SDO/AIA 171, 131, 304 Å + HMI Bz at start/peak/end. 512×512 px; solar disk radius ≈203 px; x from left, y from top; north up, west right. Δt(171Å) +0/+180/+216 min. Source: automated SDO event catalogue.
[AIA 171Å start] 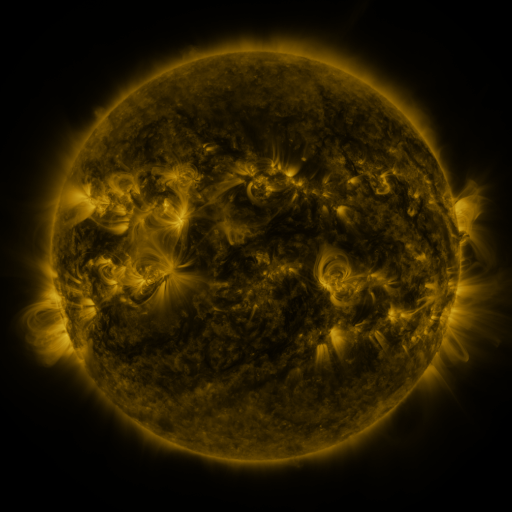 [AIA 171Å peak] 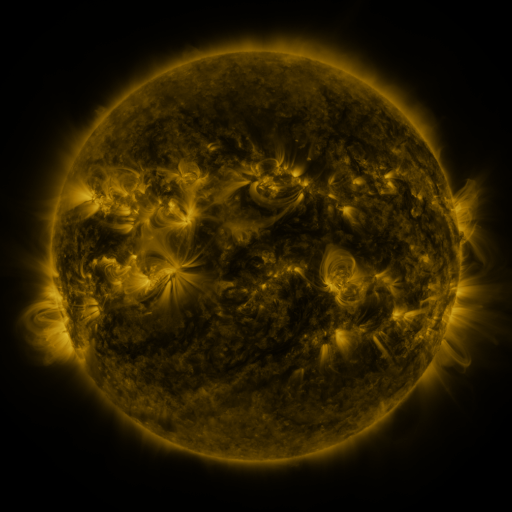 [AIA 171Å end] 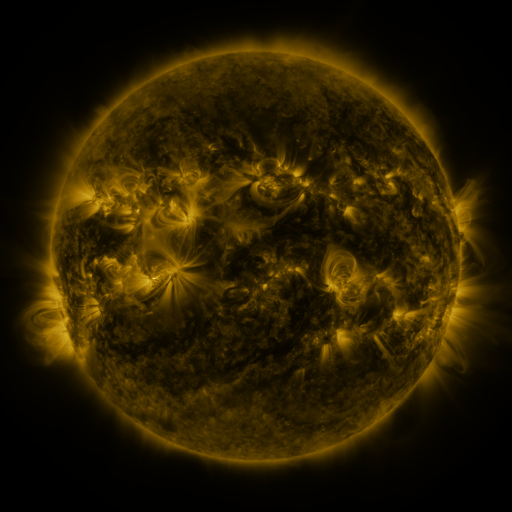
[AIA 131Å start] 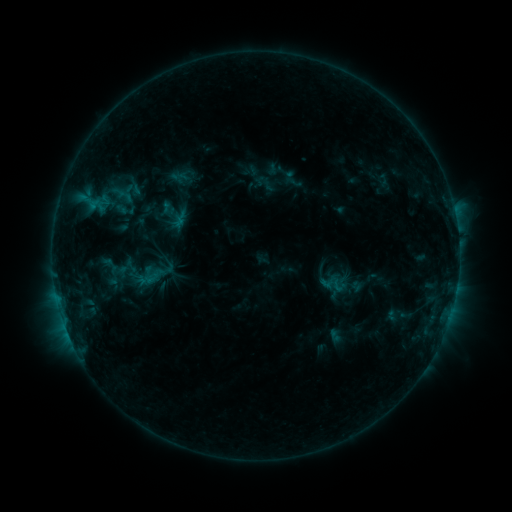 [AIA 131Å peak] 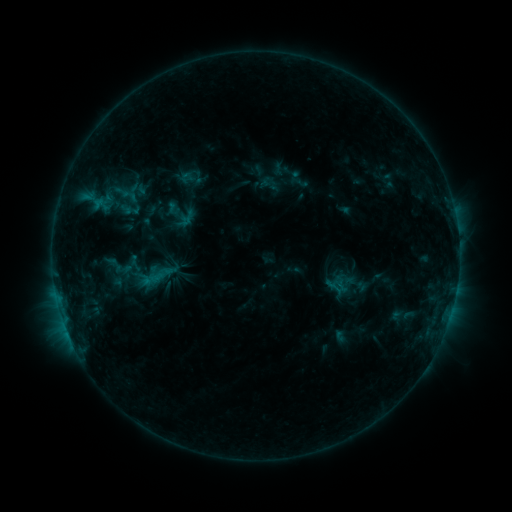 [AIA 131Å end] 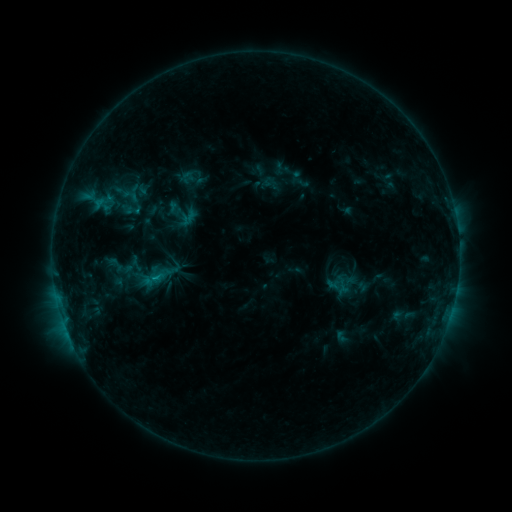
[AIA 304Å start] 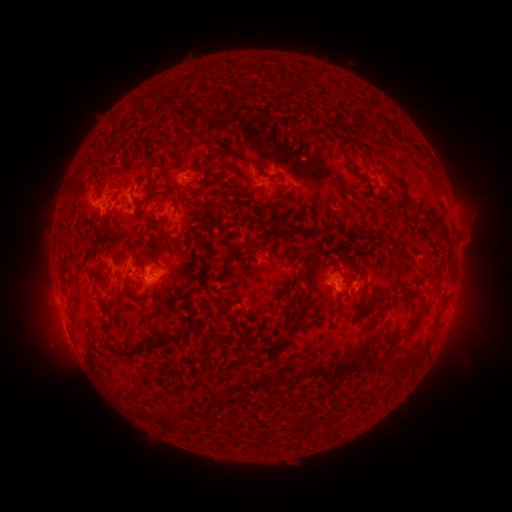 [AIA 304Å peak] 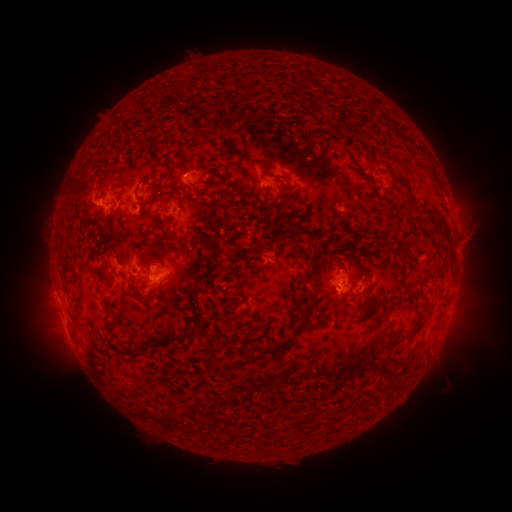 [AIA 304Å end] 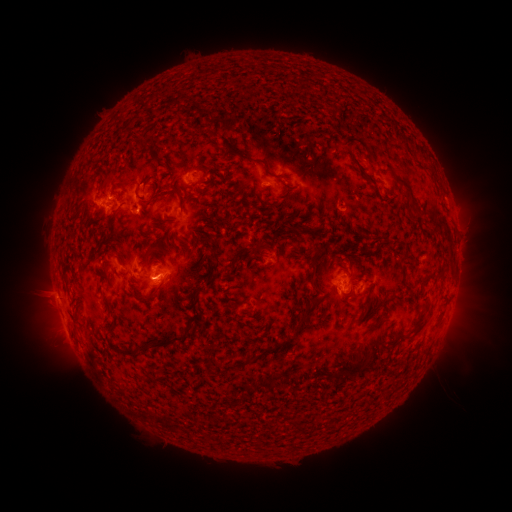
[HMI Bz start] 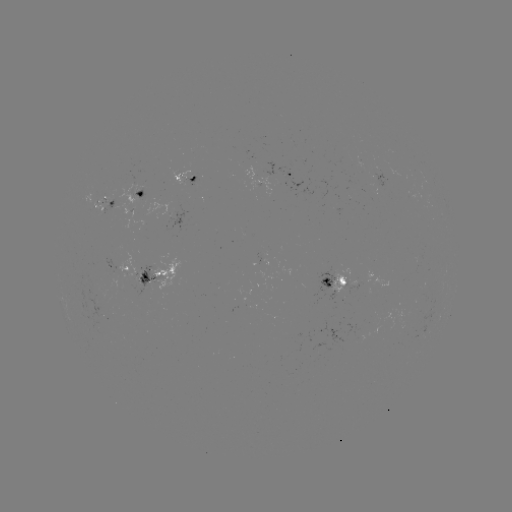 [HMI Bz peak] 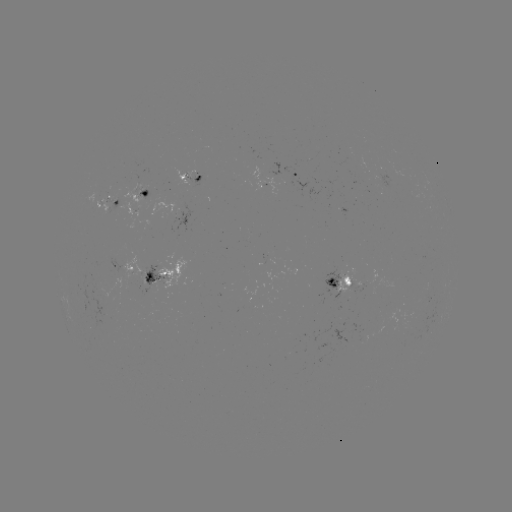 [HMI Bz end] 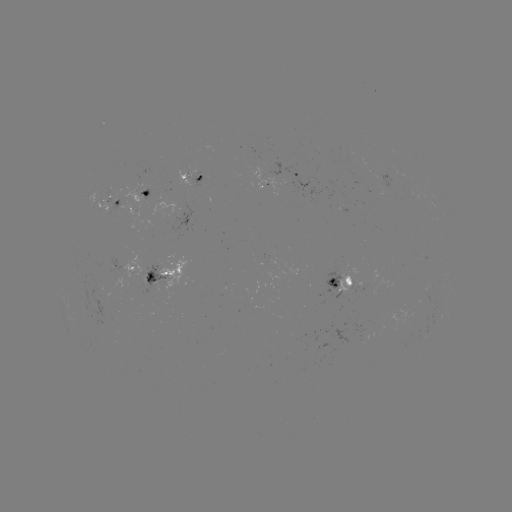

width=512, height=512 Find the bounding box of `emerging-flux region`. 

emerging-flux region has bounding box [138, 186, 149, 198].